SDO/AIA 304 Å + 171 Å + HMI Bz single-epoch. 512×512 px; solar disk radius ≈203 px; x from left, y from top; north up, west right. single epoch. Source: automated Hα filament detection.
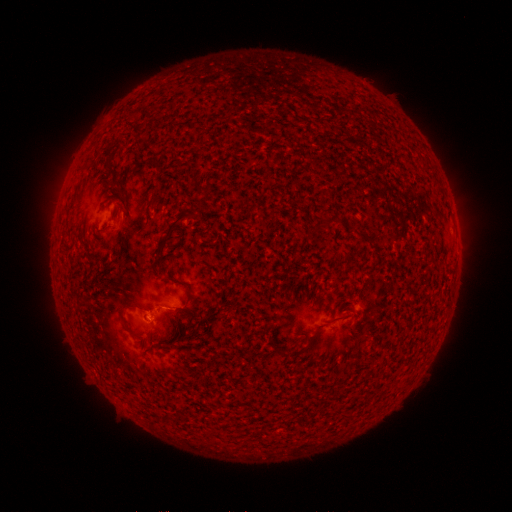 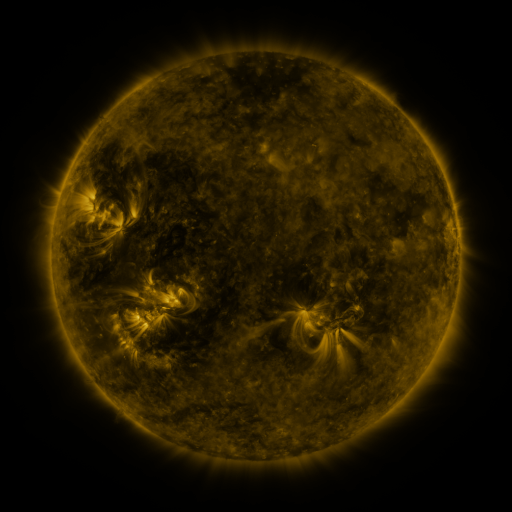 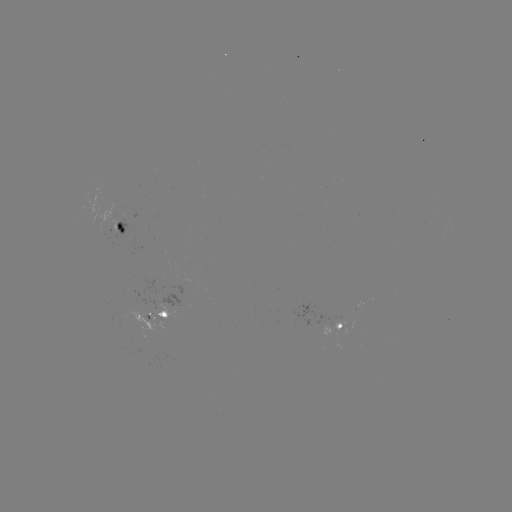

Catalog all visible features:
filament: (198, 190)
filament: (175, 221)
filament: (361, 237)
filament: (337, 320)
filament: (150, 345)
filament: (281, 351)
filament: (298, 352)
